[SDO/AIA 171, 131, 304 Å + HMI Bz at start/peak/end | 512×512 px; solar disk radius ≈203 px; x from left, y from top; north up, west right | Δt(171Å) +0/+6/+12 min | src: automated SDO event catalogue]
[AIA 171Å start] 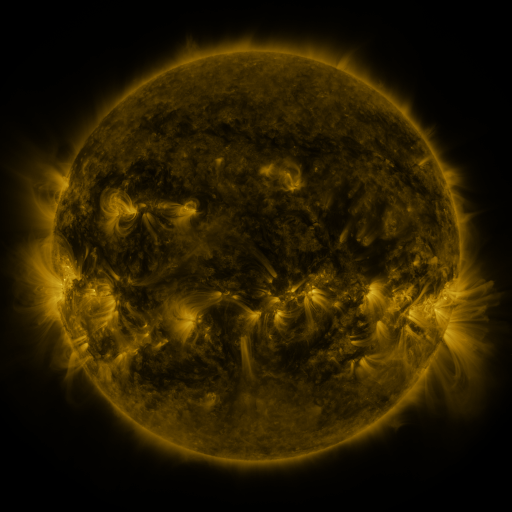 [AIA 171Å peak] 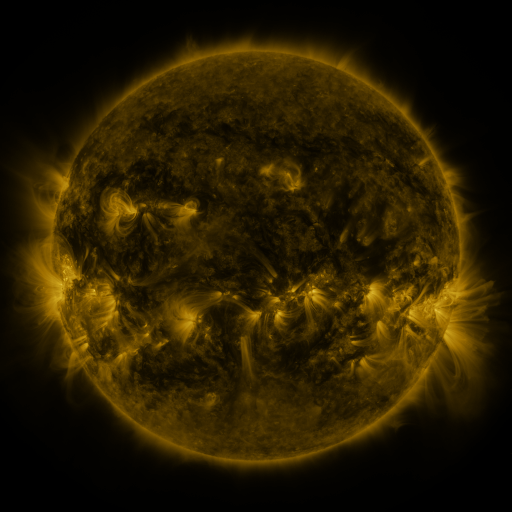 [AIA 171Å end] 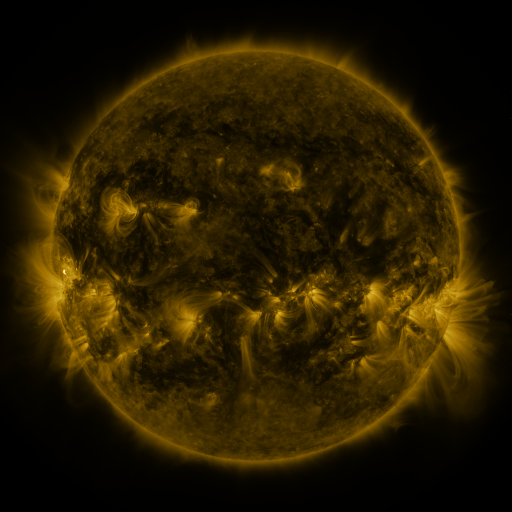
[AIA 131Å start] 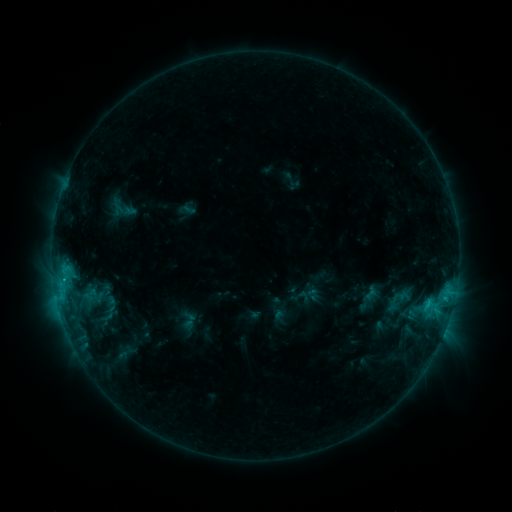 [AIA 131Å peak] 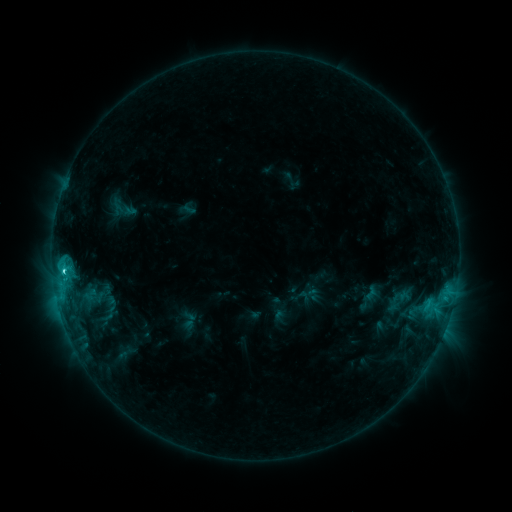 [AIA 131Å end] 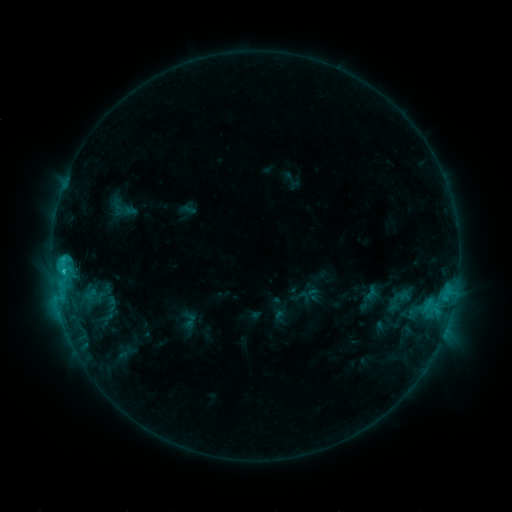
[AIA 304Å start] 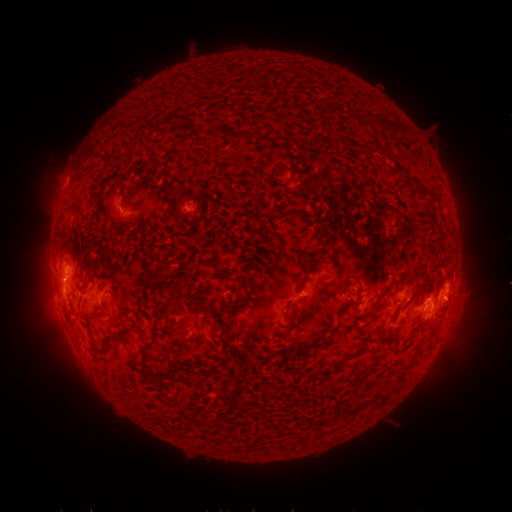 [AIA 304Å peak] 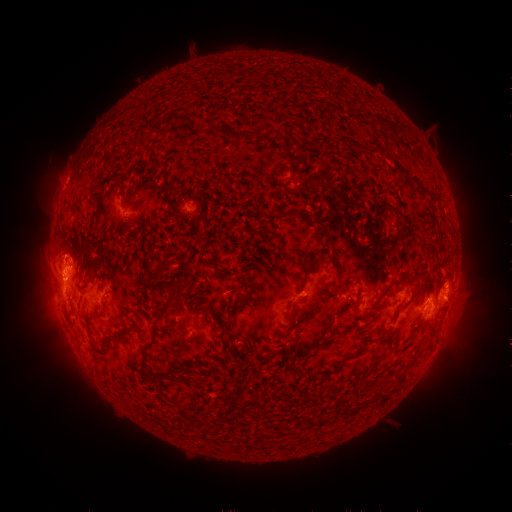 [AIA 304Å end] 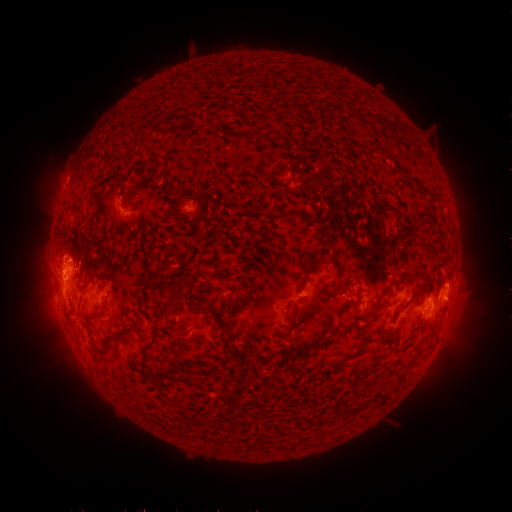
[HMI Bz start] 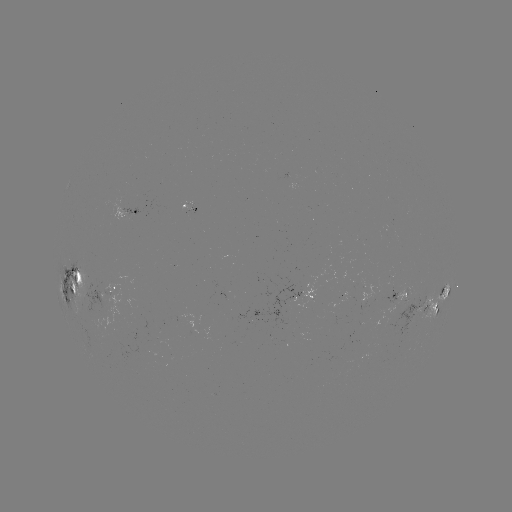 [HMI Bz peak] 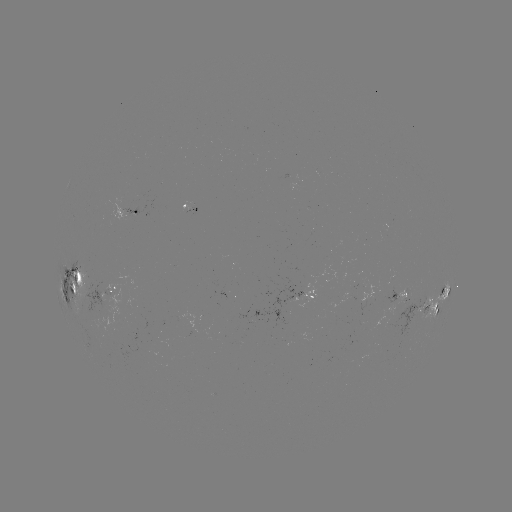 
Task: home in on C3.1 flare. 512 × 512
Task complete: [65, 269].